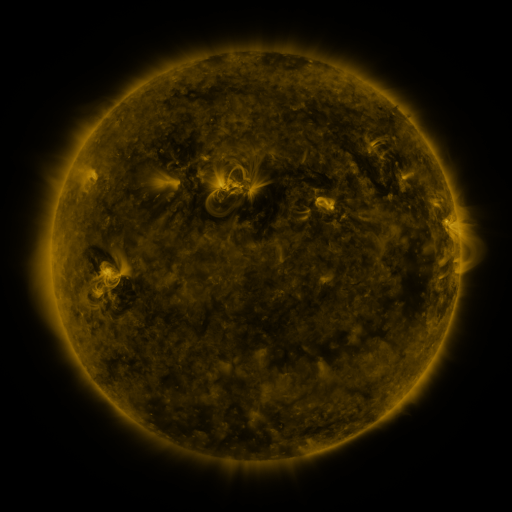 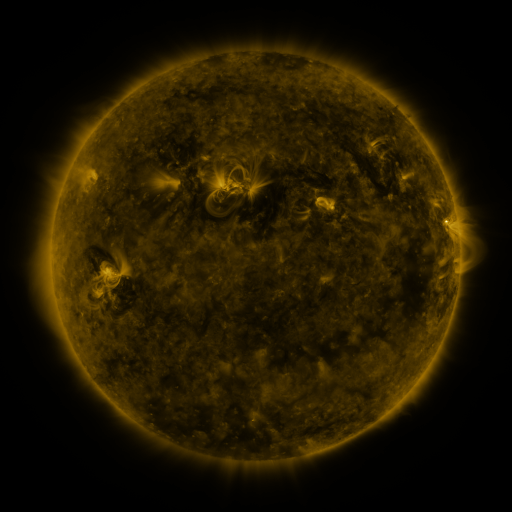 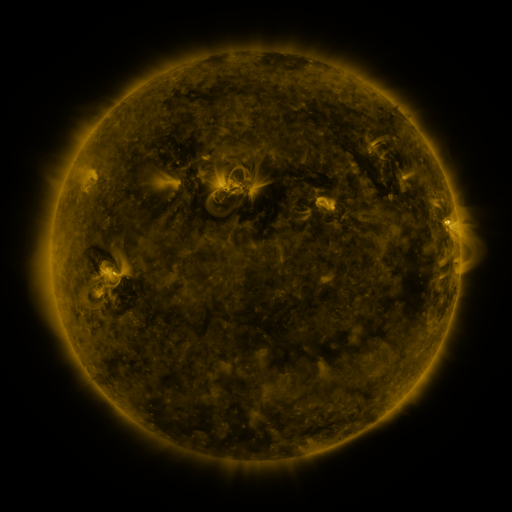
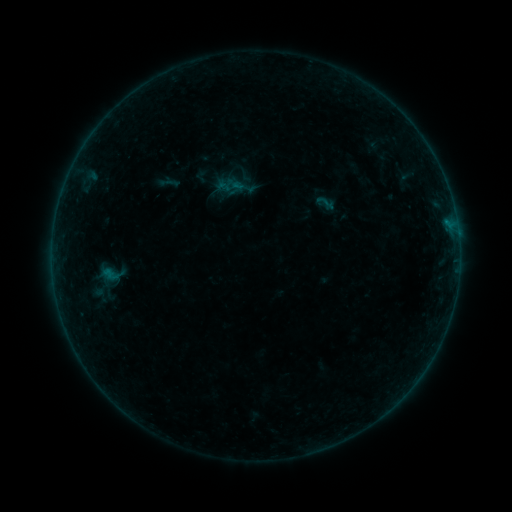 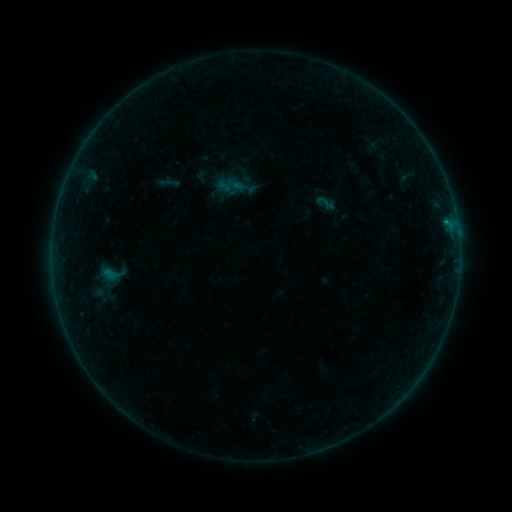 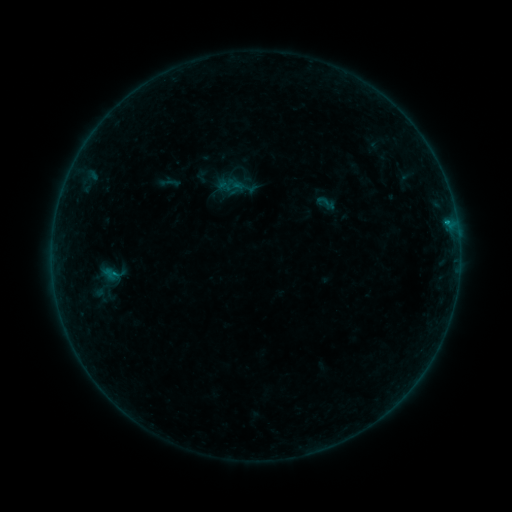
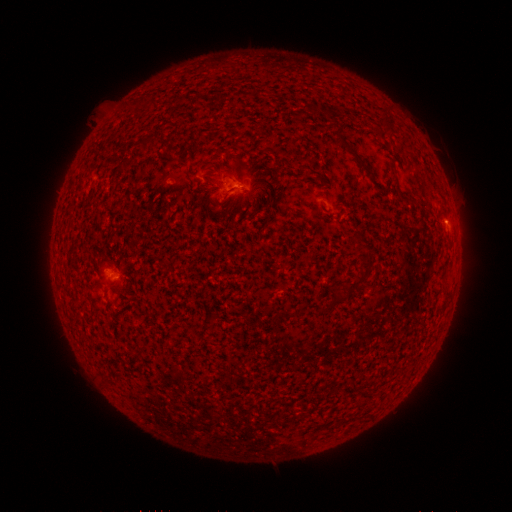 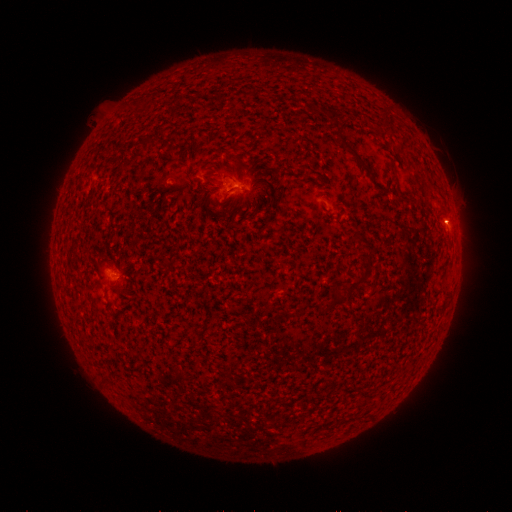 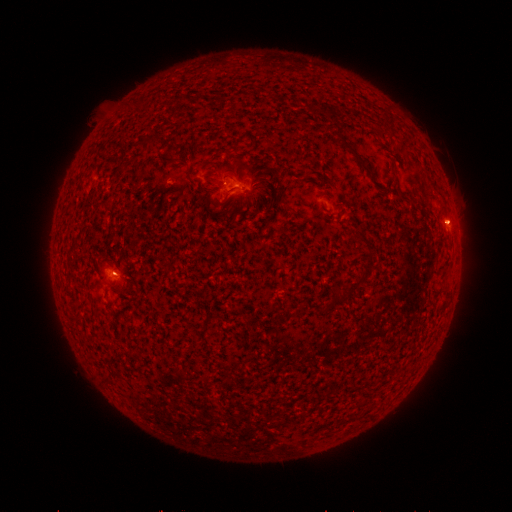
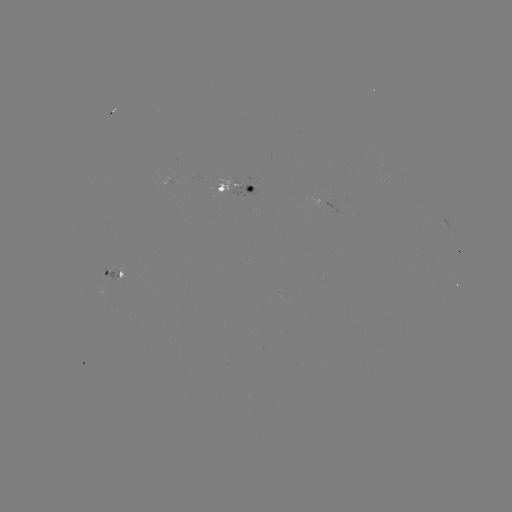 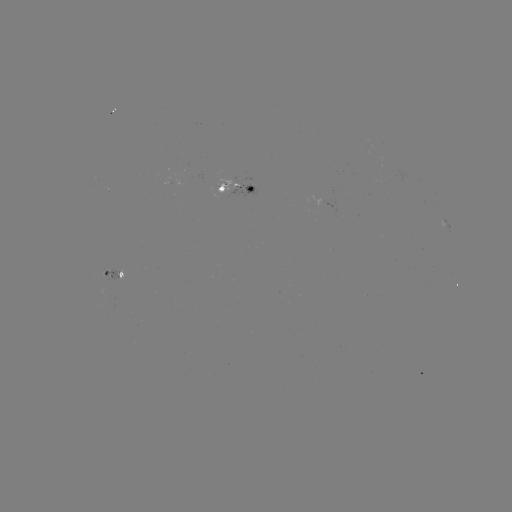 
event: flare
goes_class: B2.1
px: (445, 223)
